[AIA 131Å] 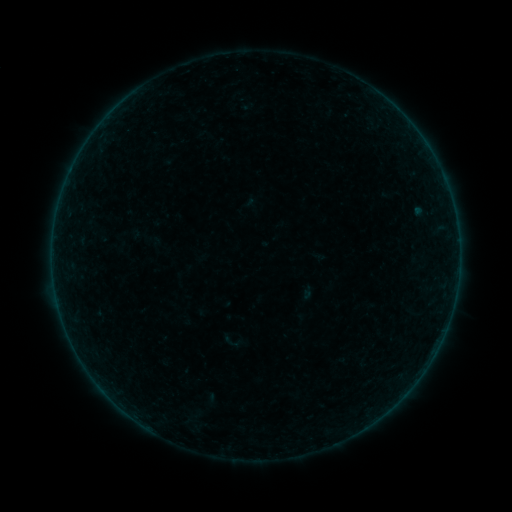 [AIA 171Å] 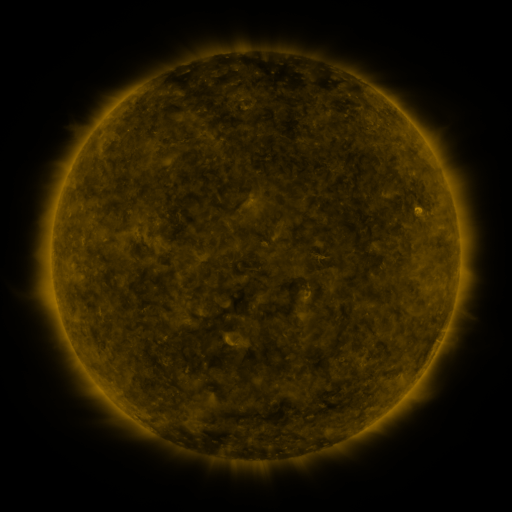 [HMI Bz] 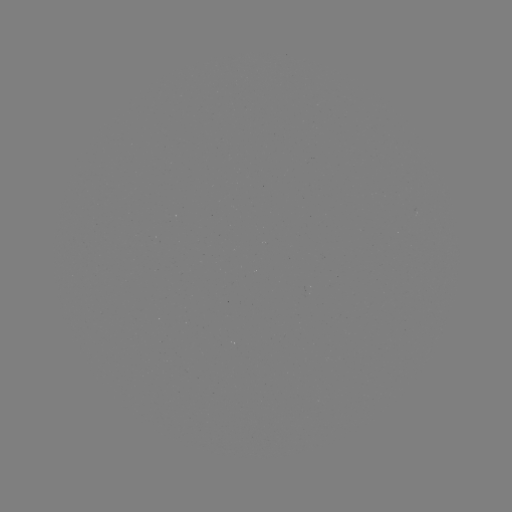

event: sigmoid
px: (233, 342)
